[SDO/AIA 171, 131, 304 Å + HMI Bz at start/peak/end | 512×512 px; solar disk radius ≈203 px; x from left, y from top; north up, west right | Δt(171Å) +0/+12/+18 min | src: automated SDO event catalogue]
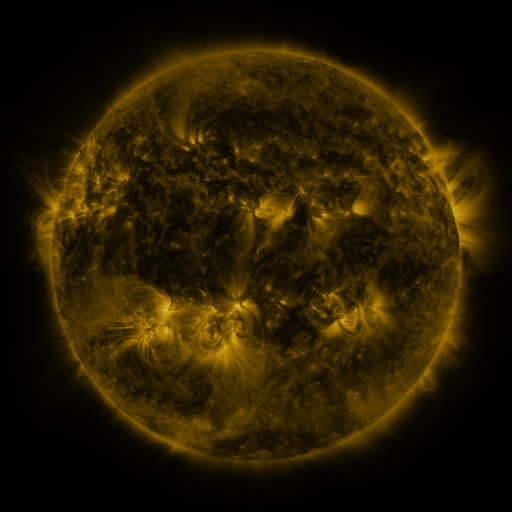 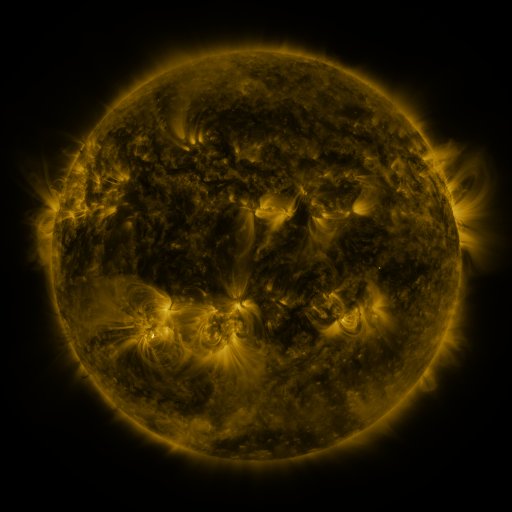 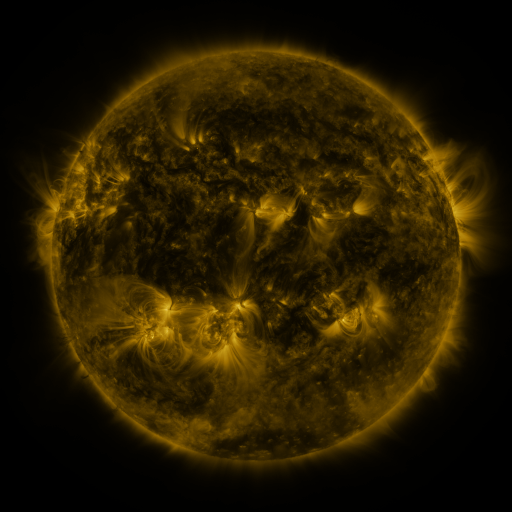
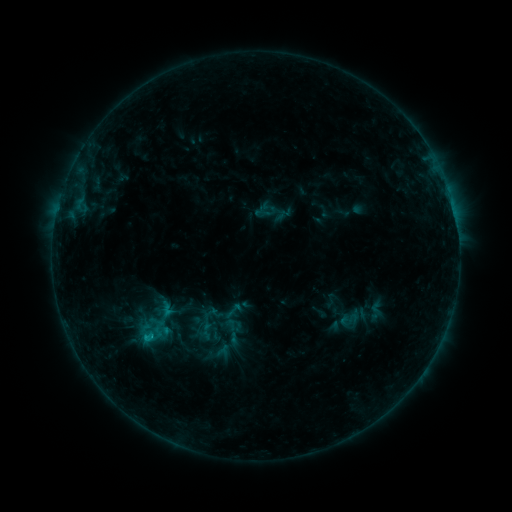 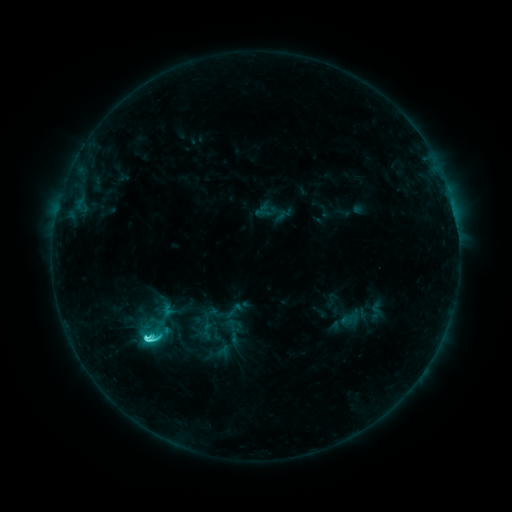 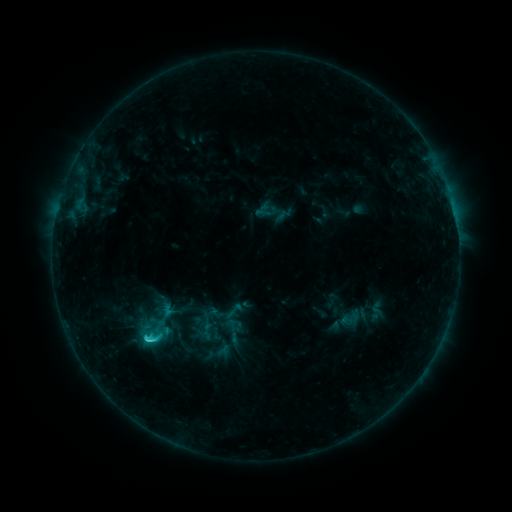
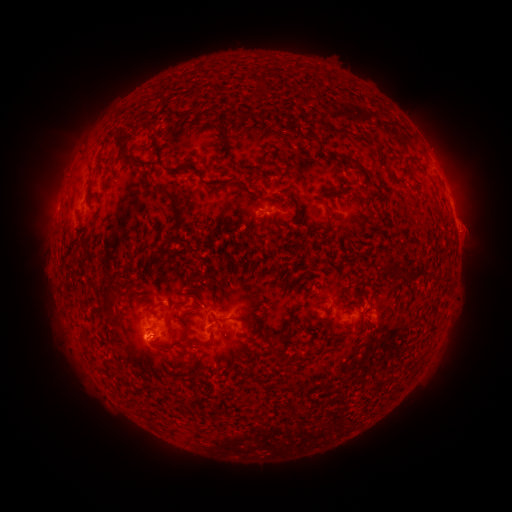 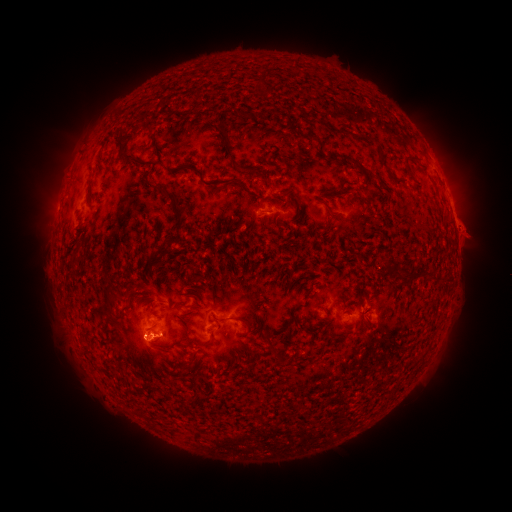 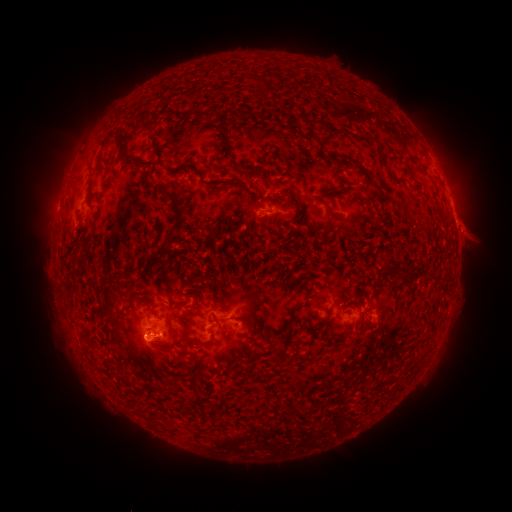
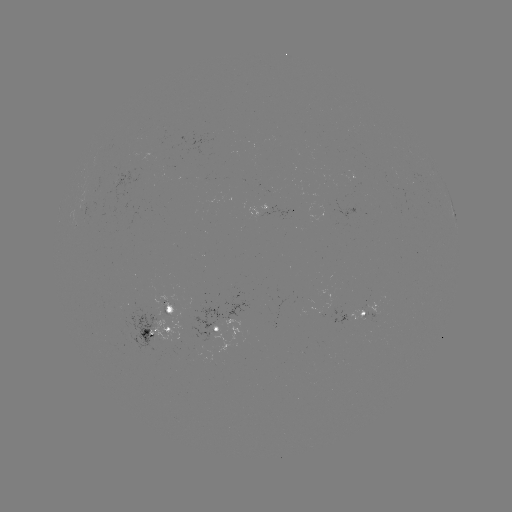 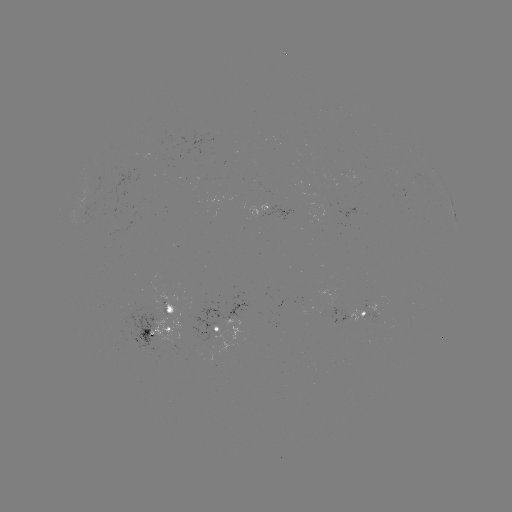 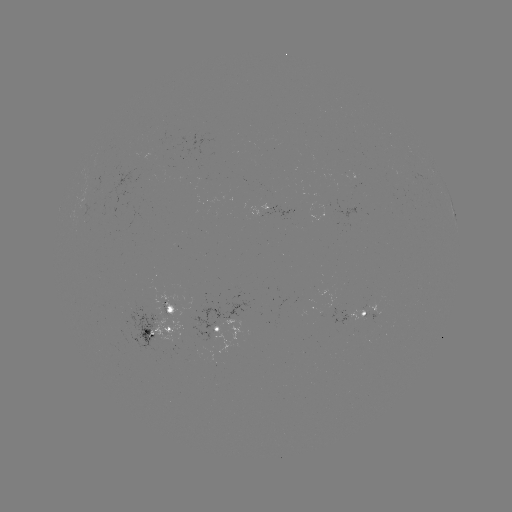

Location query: C3.2 flare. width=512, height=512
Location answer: (152, 334).